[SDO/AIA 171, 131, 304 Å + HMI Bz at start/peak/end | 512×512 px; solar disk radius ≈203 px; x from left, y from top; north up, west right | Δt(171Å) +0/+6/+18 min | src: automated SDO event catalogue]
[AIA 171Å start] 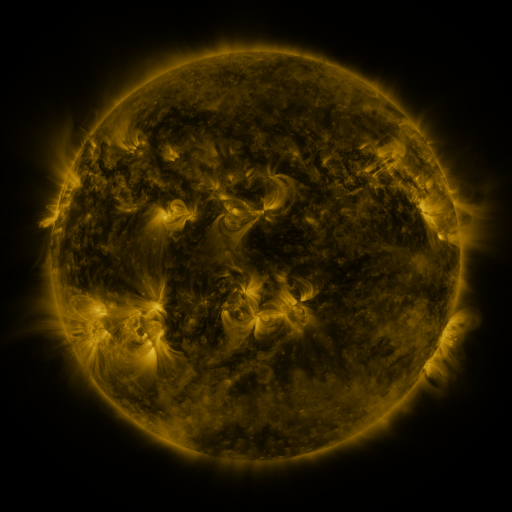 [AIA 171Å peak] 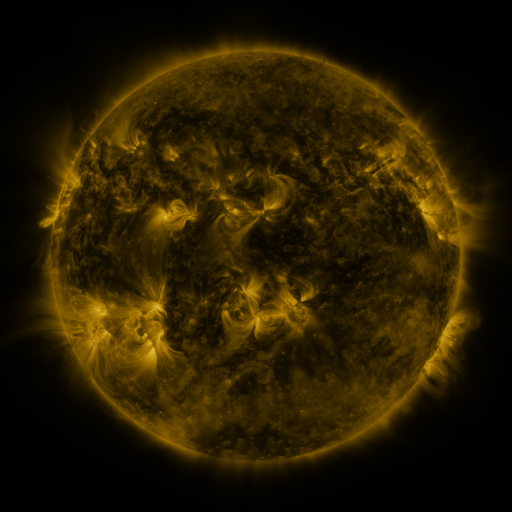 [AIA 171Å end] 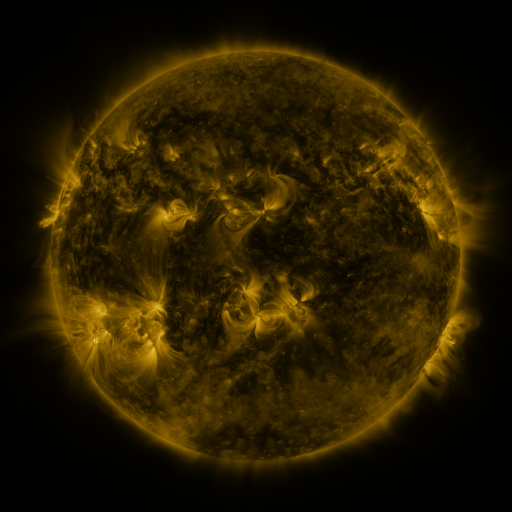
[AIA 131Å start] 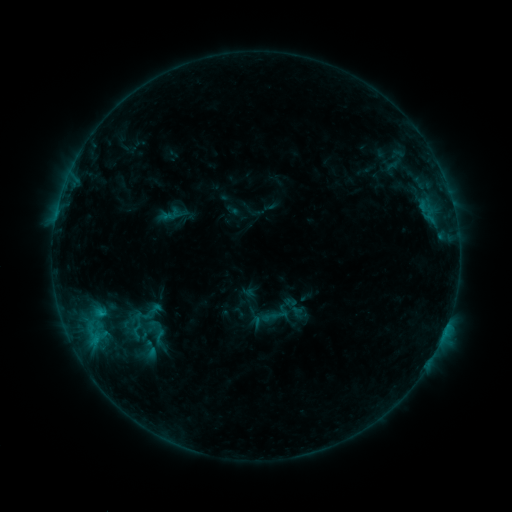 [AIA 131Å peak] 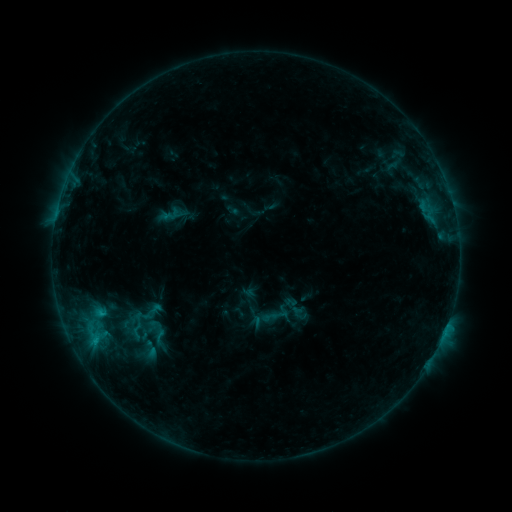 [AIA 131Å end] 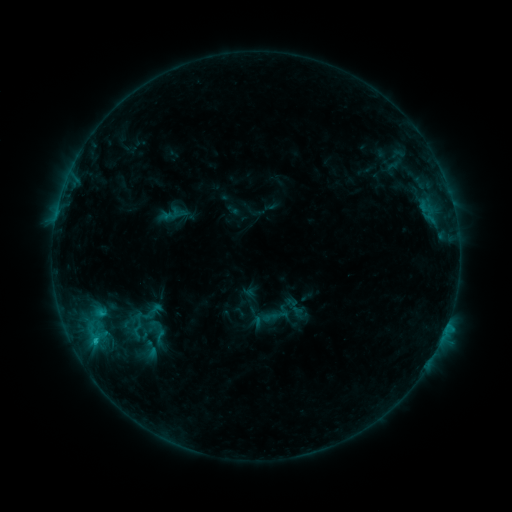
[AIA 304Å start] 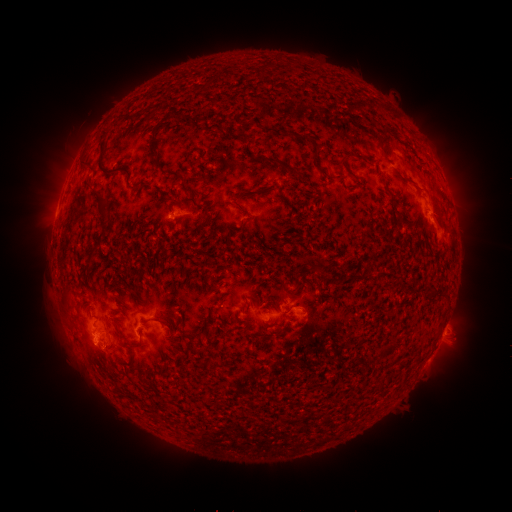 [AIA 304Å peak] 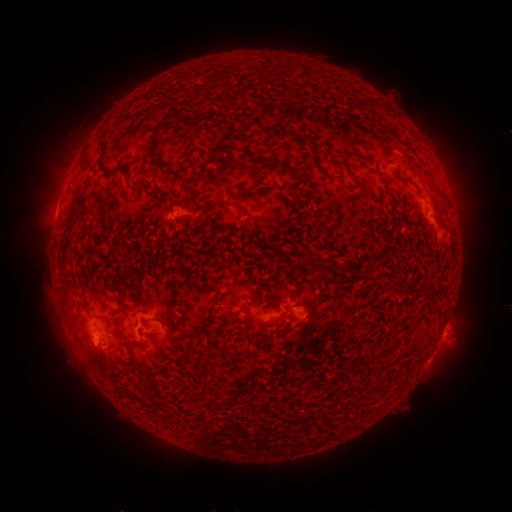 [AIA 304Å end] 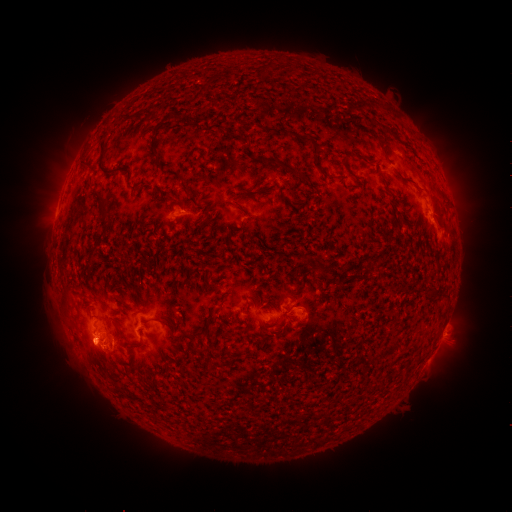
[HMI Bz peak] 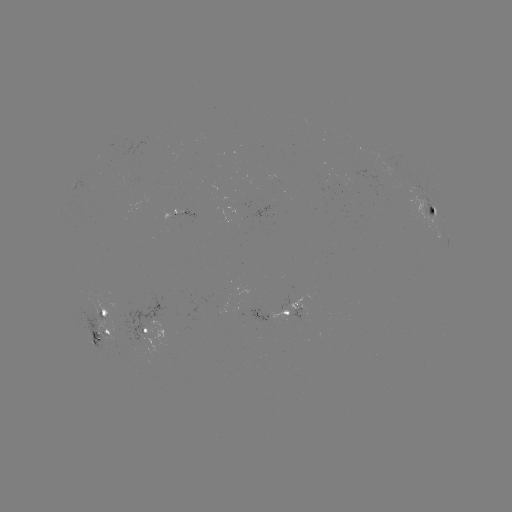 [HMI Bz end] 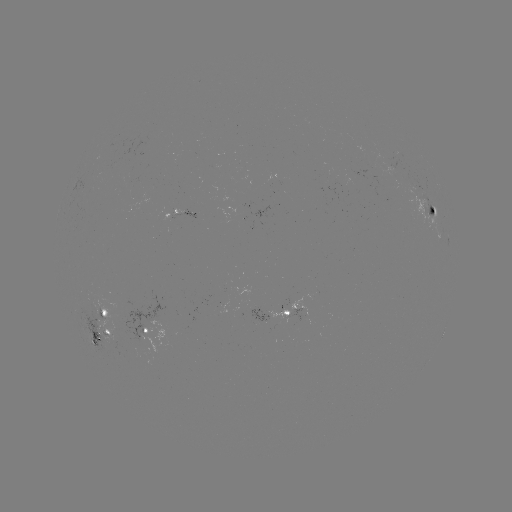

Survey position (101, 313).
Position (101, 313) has C1.6 flare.